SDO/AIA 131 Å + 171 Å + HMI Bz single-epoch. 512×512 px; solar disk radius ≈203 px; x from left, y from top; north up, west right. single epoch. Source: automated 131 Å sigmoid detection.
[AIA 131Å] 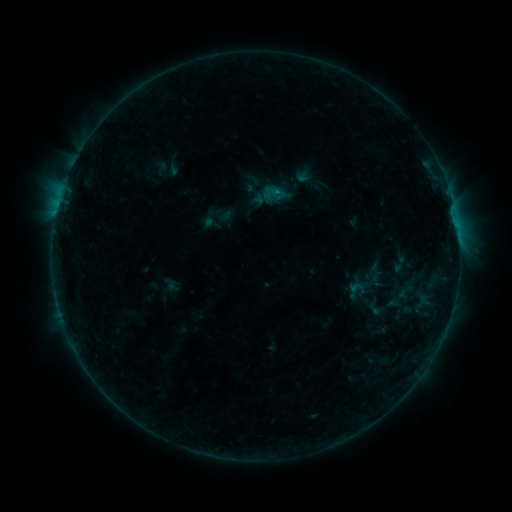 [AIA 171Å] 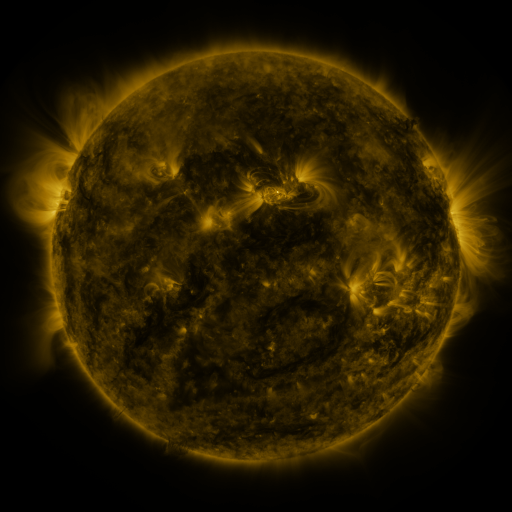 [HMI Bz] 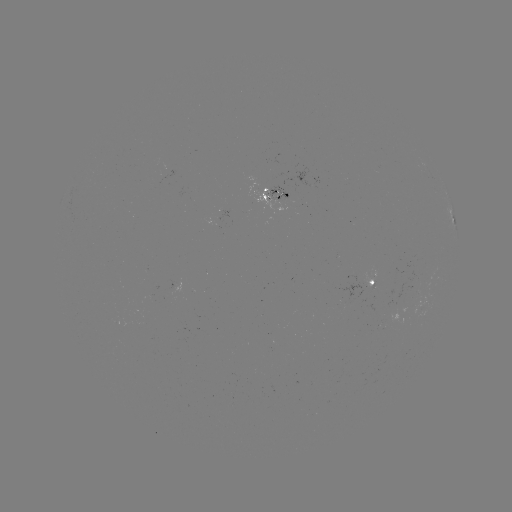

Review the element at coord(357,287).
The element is sigmoid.